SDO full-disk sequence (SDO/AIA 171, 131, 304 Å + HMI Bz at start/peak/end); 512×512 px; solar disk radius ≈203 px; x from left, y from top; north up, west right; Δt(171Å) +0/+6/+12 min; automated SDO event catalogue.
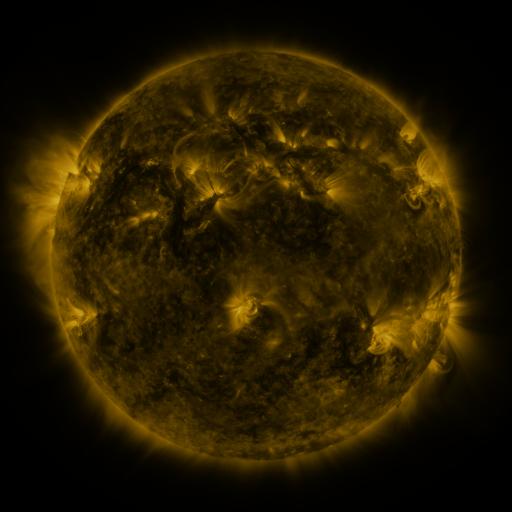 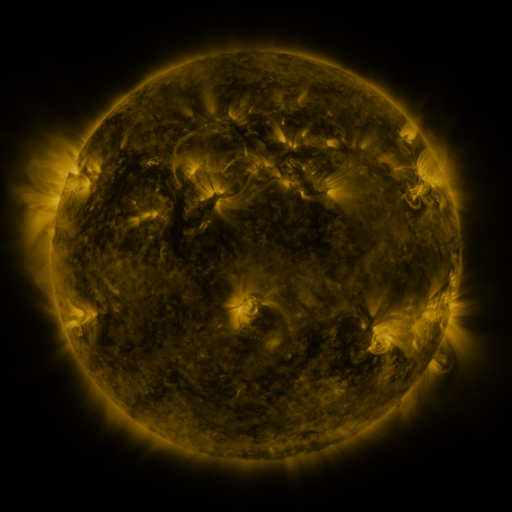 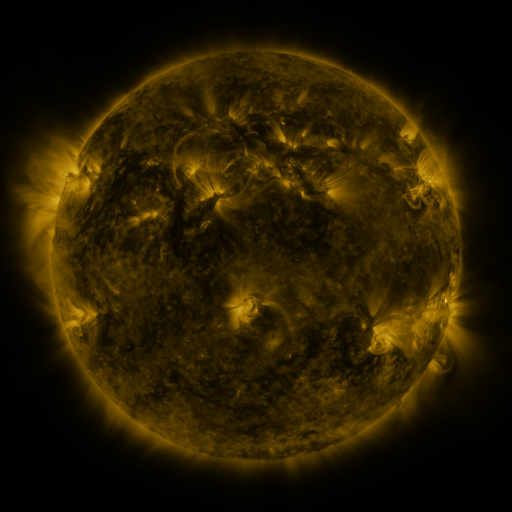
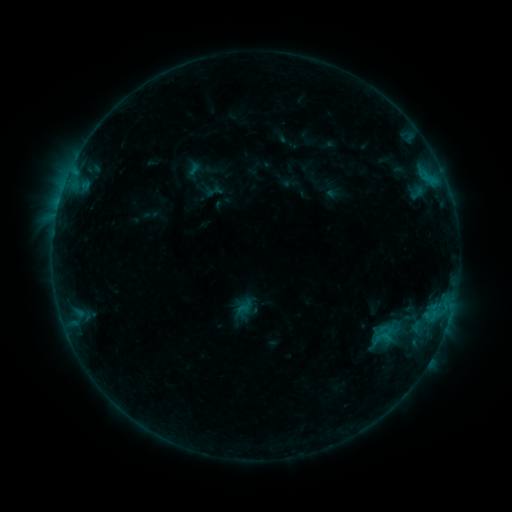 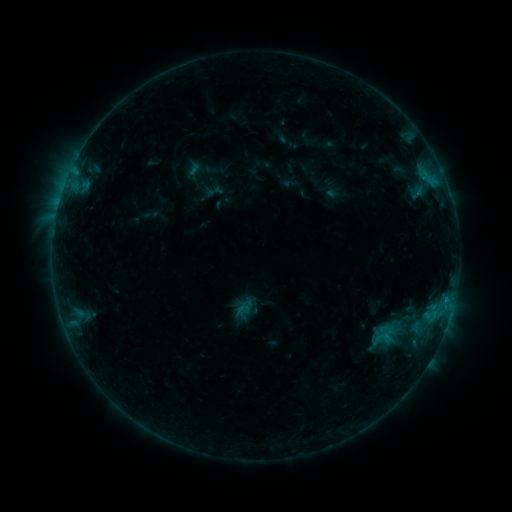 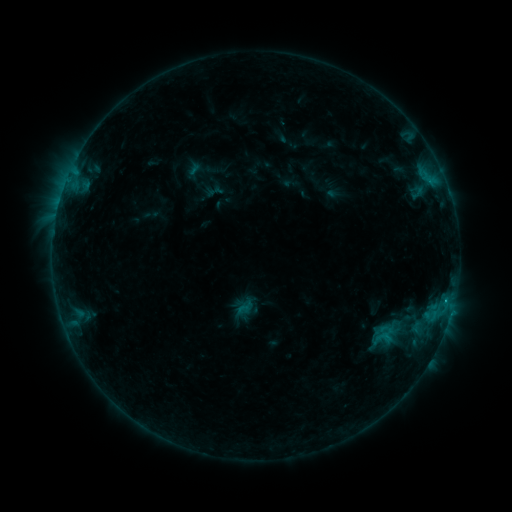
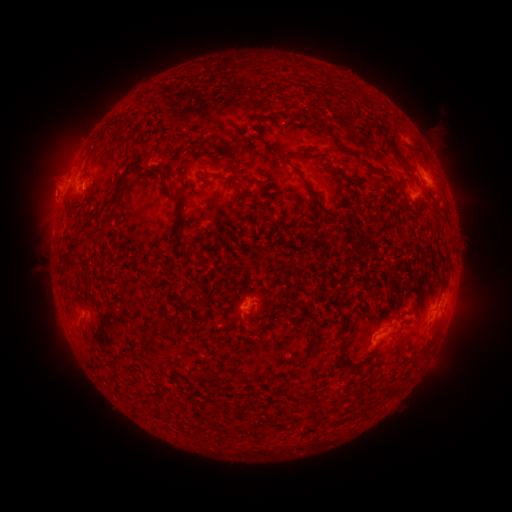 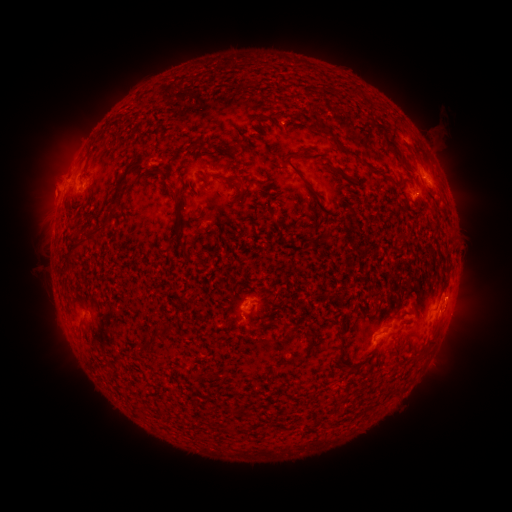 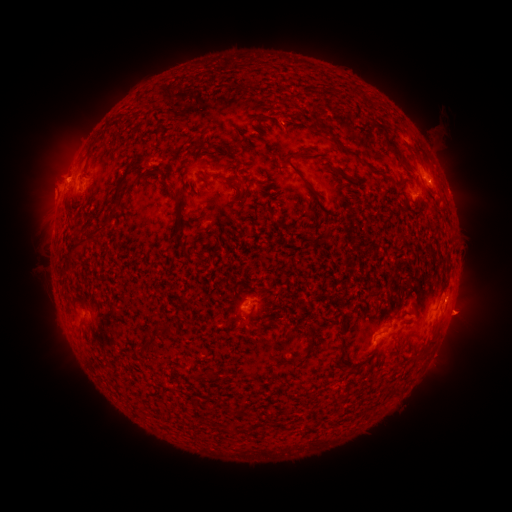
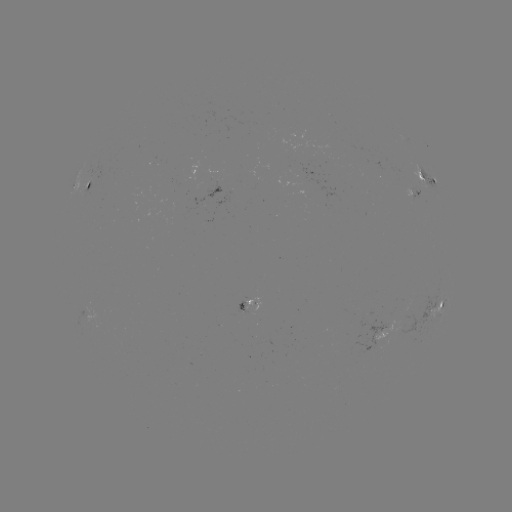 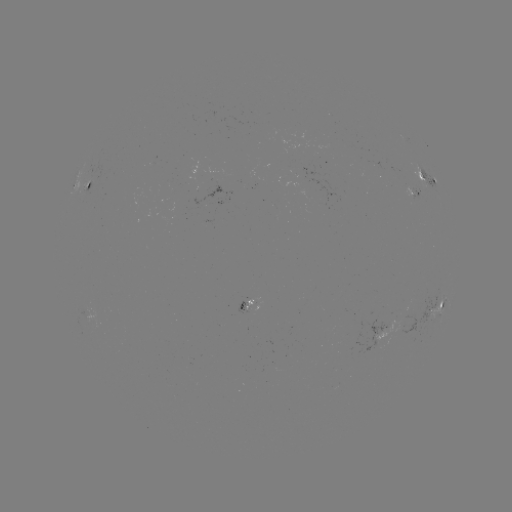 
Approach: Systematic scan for B6.8 flare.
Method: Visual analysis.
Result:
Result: B6.8 flare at (446, 297).